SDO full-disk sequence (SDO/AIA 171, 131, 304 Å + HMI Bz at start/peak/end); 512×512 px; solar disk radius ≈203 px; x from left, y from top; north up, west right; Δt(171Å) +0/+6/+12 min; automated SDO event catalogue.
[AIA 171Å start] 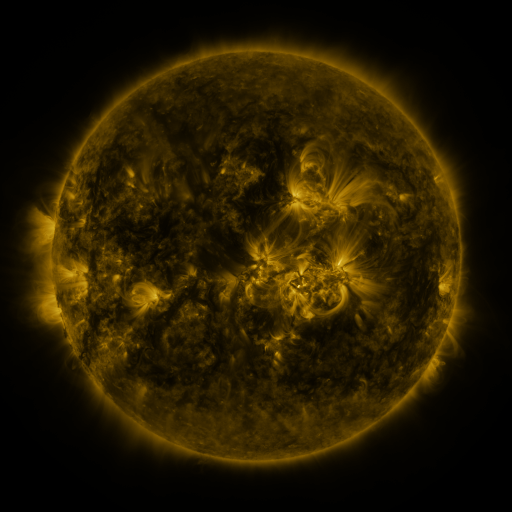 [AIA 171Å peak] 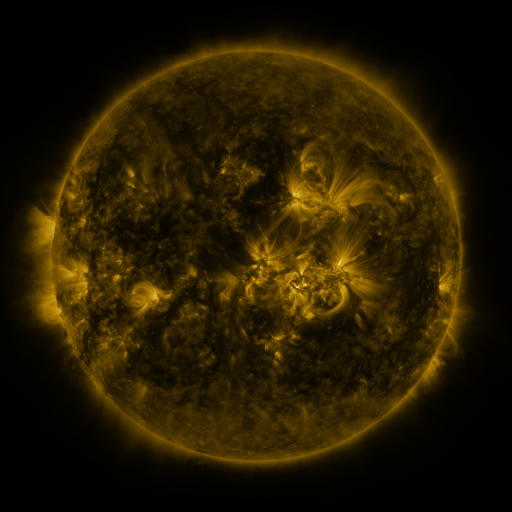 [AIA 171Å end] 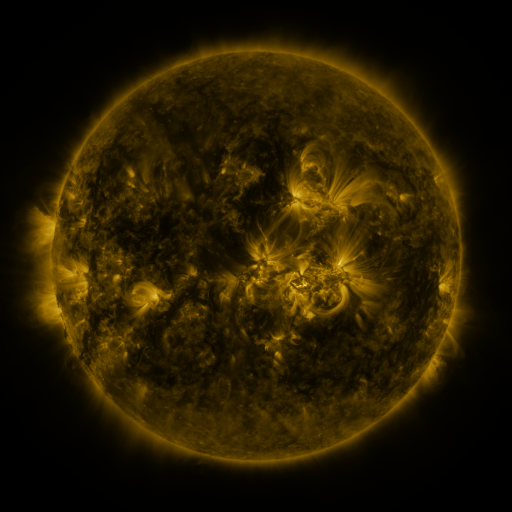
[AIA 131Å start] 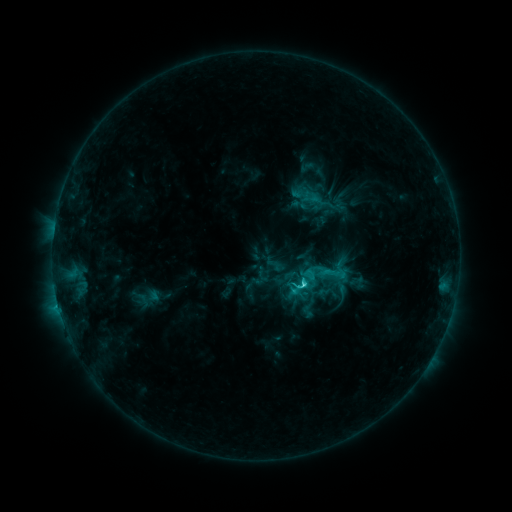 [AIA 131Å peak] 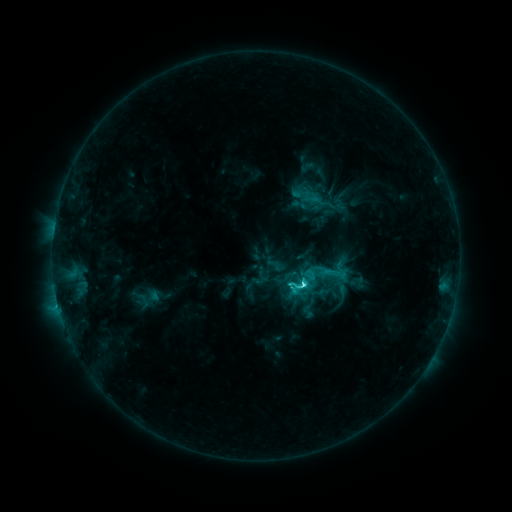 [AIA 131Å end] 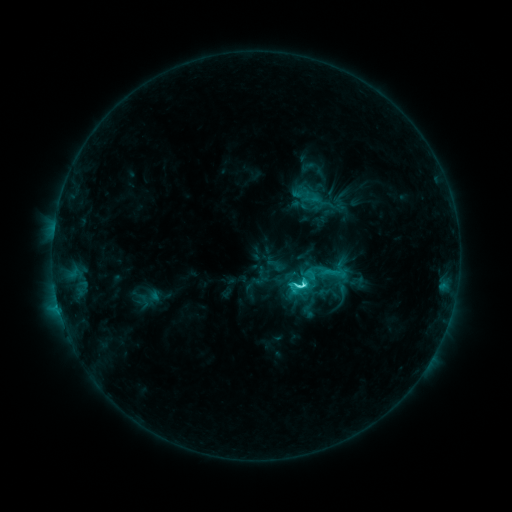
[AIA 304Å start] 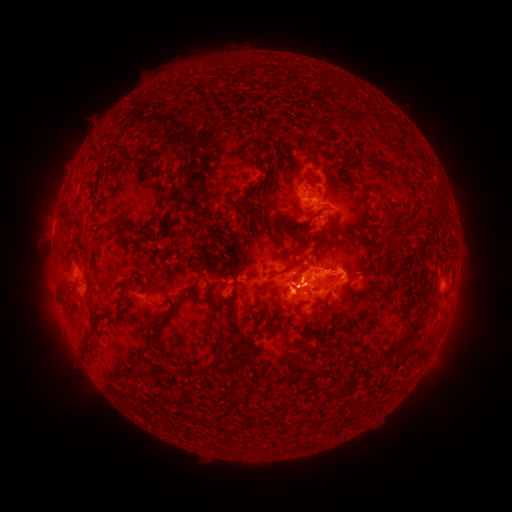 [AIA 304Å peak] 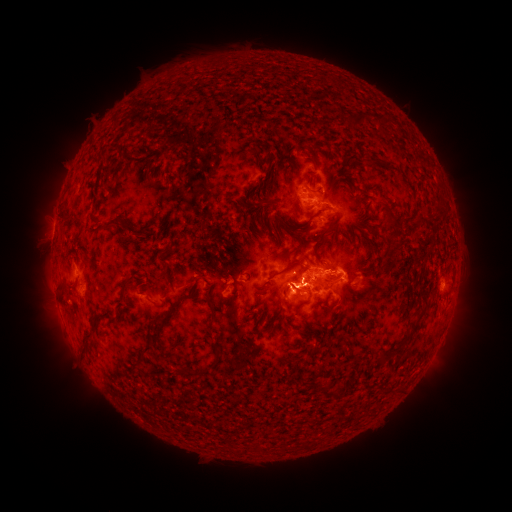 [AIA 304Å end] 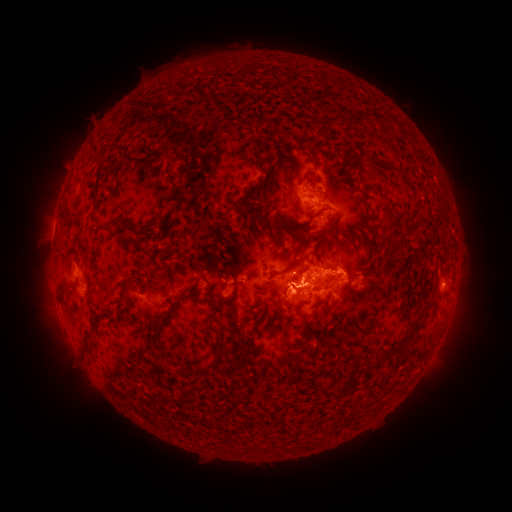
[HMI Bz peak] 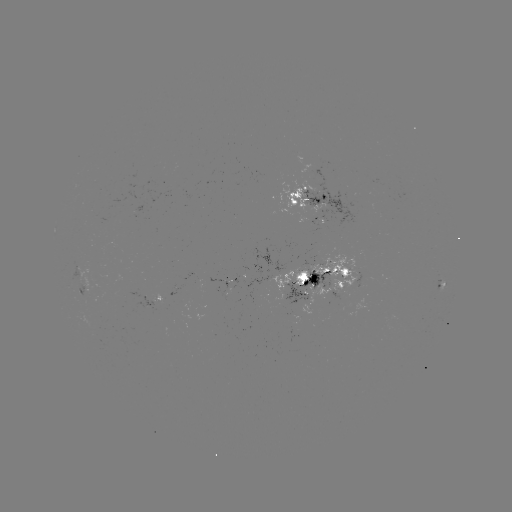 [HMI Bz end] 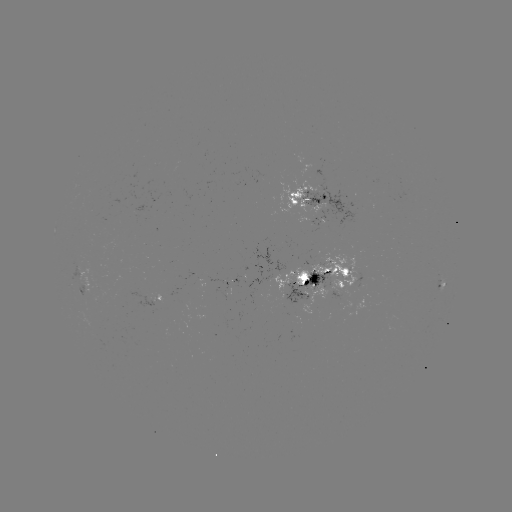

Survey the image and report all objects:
C6.4 flare: (300, 284)
